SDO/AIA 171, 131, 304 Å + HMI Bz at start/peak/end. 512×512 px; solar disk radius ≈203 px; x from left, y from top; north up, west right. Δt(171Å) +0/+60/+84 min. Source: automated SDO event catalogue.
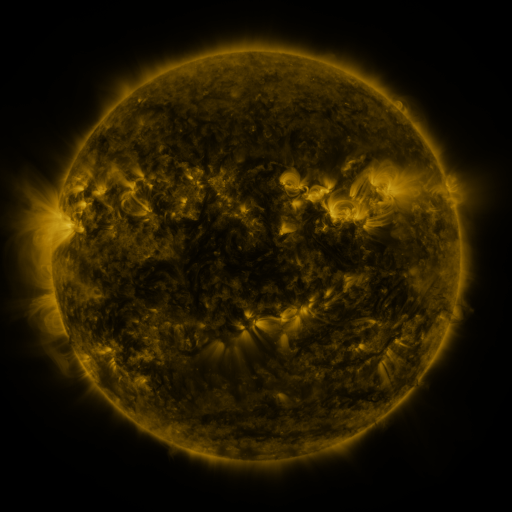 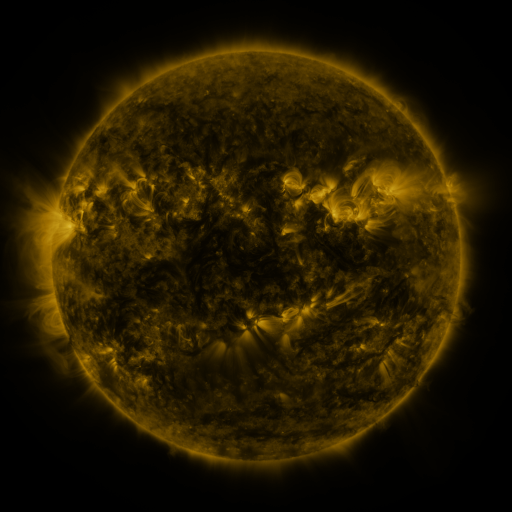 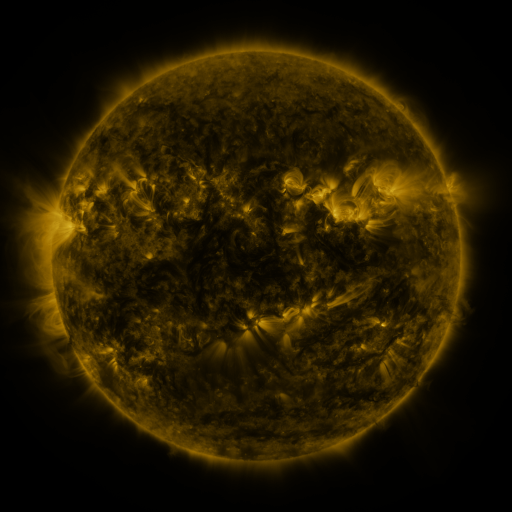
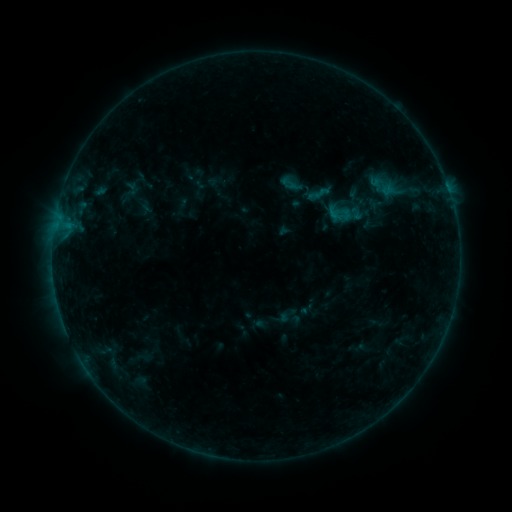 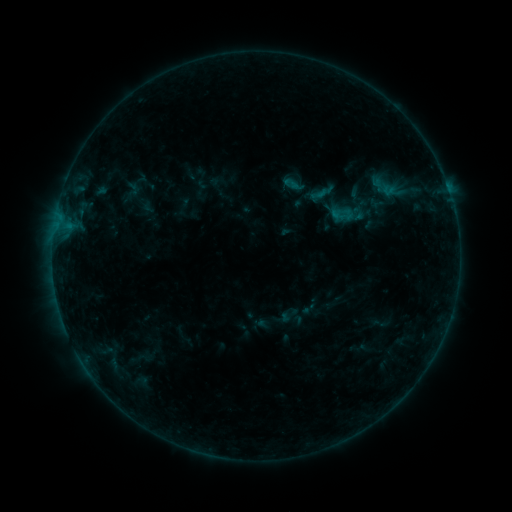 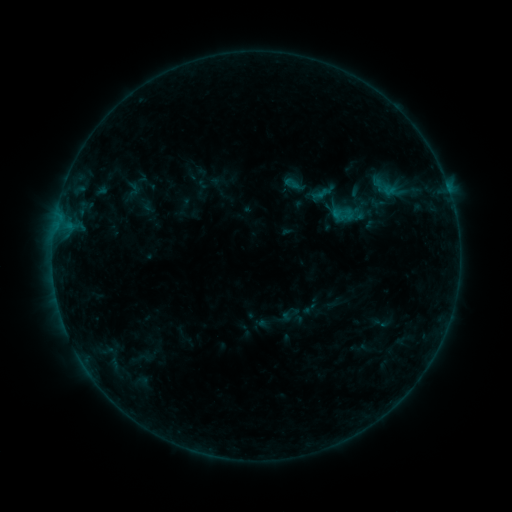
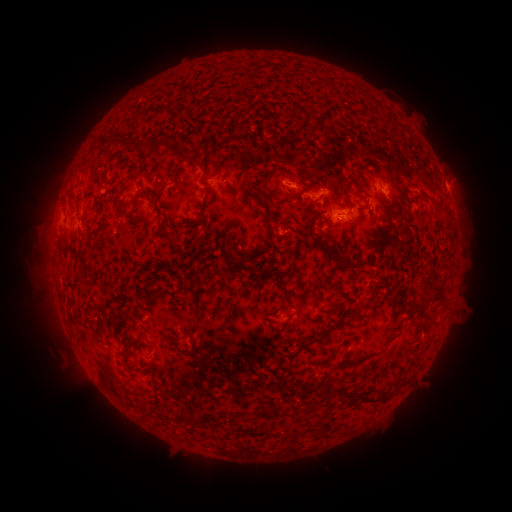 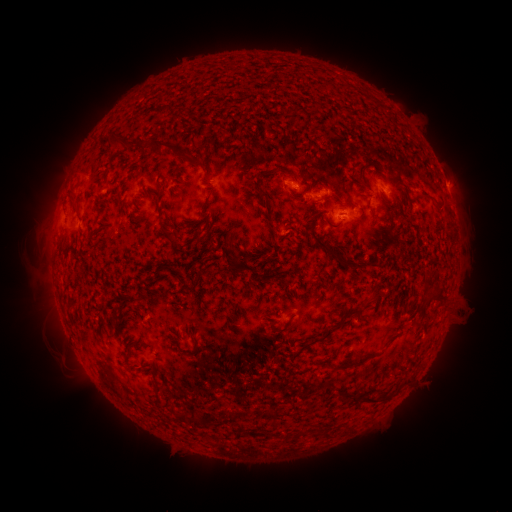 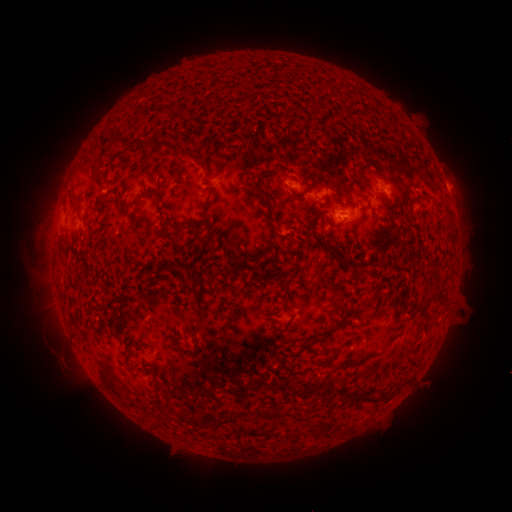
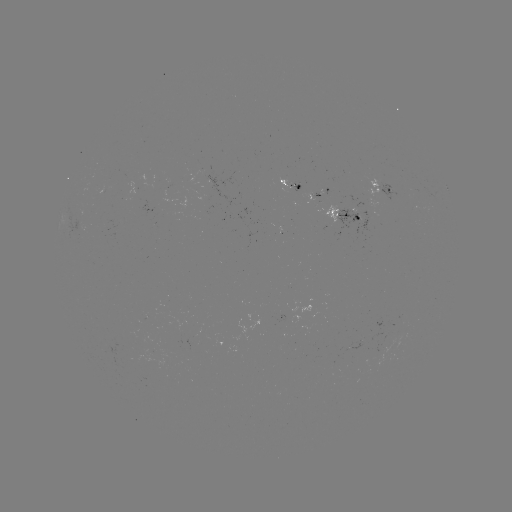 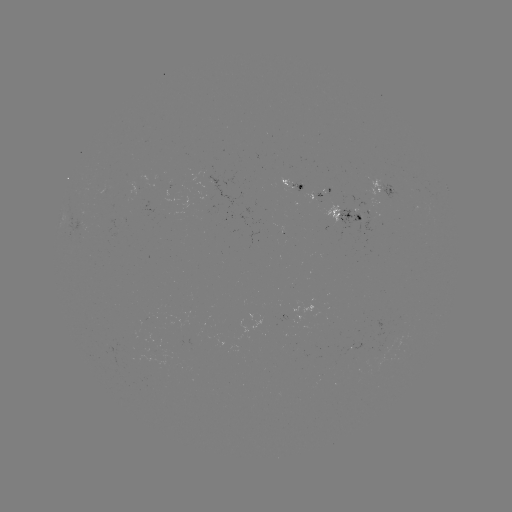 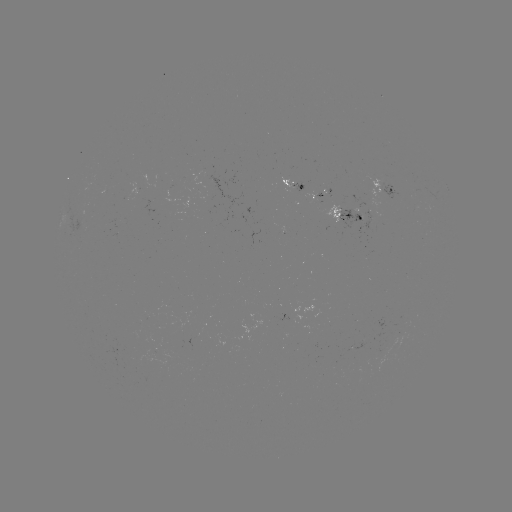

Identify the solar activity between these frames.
emerging-flux region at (387, 341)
